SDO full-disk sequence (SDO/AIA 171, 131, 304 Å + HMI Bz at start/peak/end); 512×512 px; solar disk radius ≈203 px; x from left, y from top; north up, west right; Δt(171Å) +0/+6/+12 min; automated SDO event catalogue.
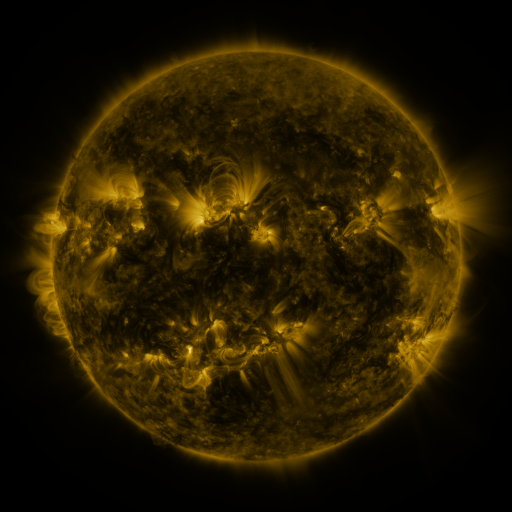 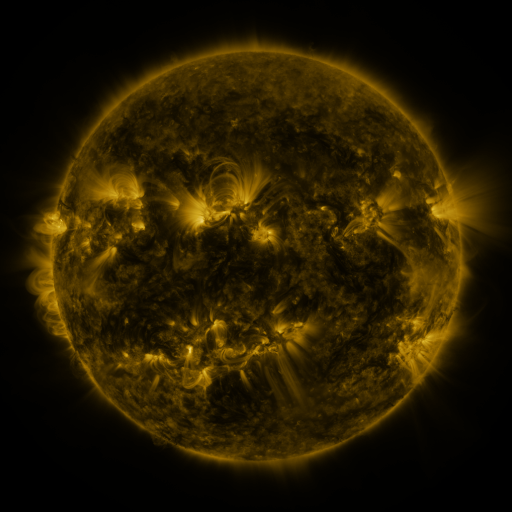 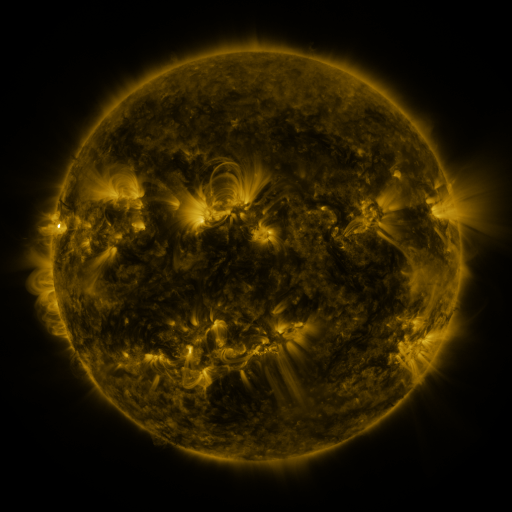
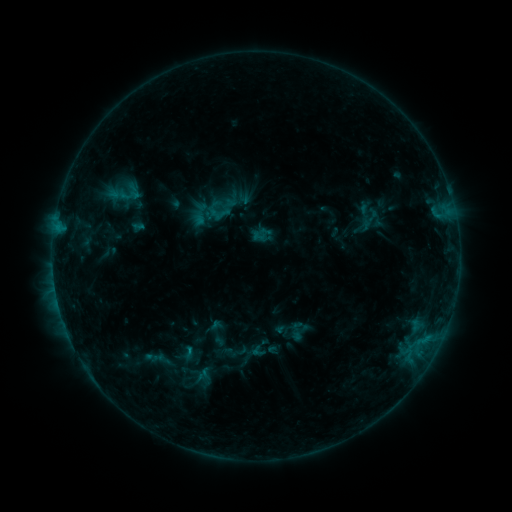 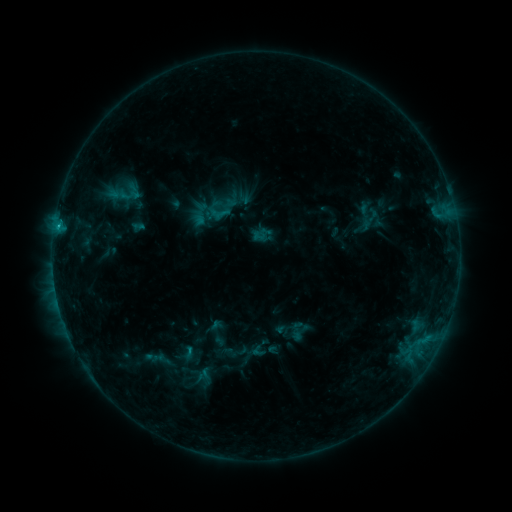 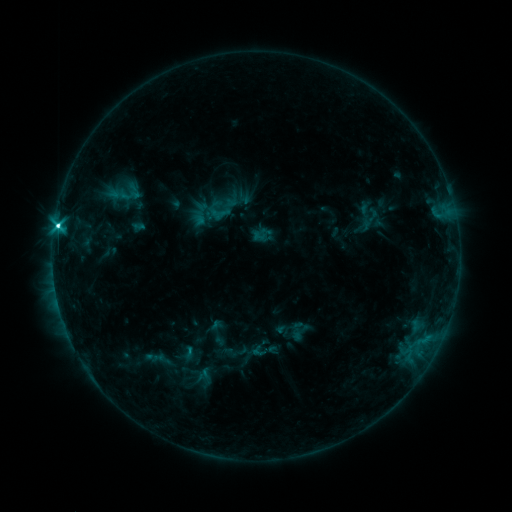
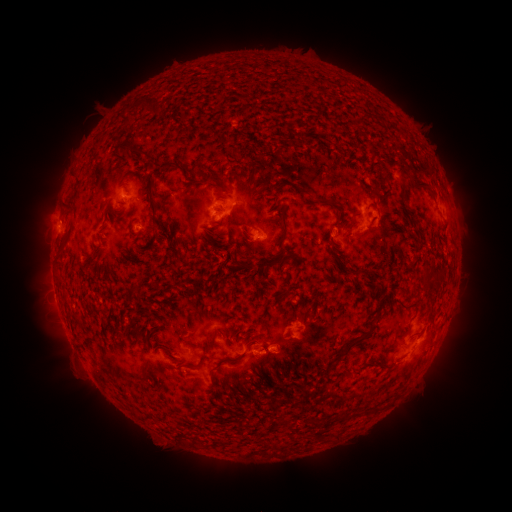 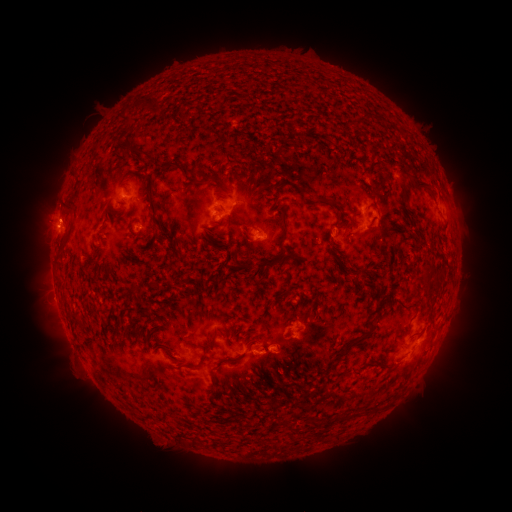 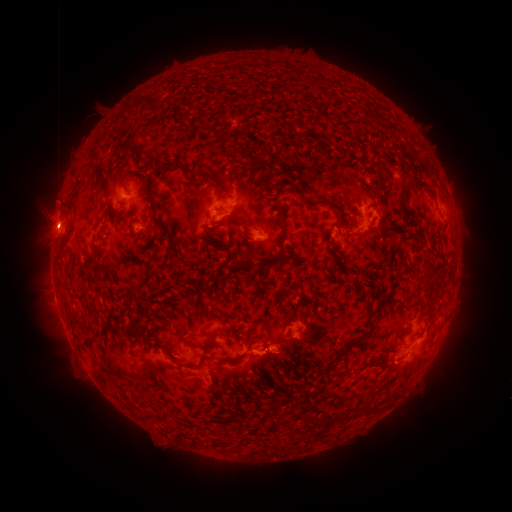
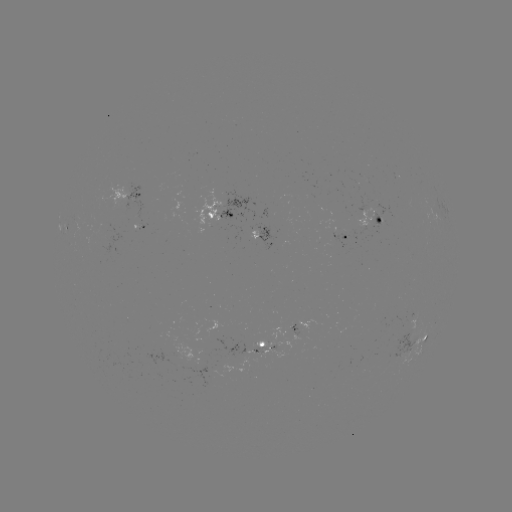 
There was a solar eruption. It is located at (58, 213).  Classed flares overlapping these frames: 1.